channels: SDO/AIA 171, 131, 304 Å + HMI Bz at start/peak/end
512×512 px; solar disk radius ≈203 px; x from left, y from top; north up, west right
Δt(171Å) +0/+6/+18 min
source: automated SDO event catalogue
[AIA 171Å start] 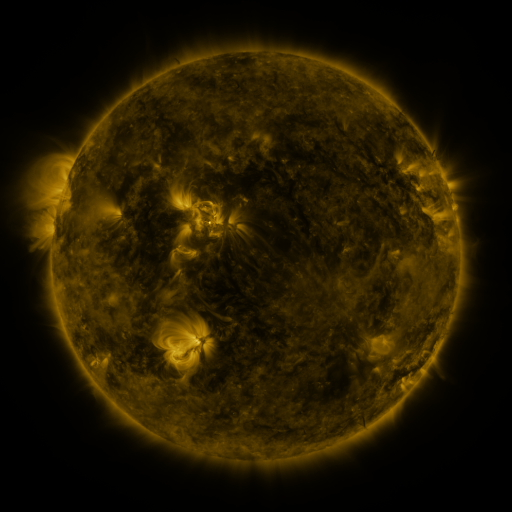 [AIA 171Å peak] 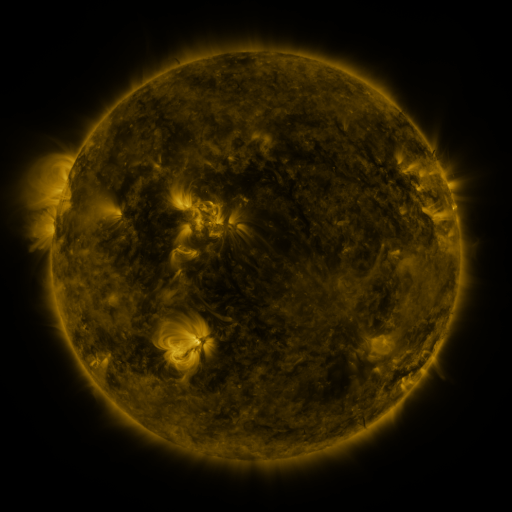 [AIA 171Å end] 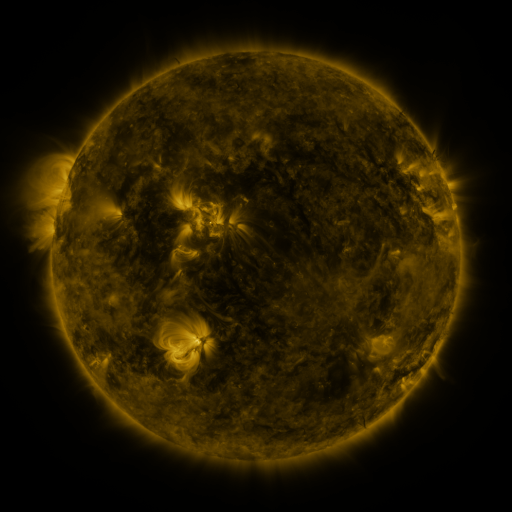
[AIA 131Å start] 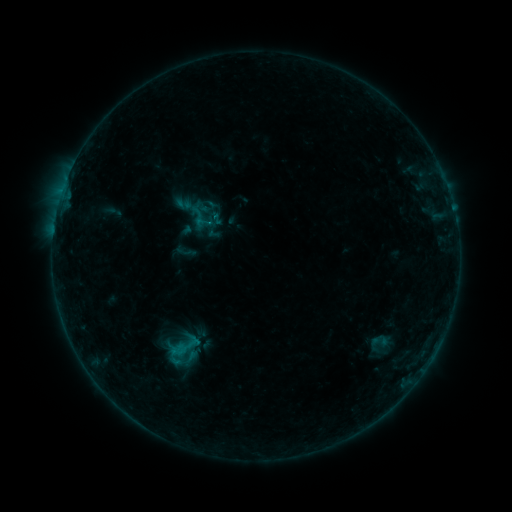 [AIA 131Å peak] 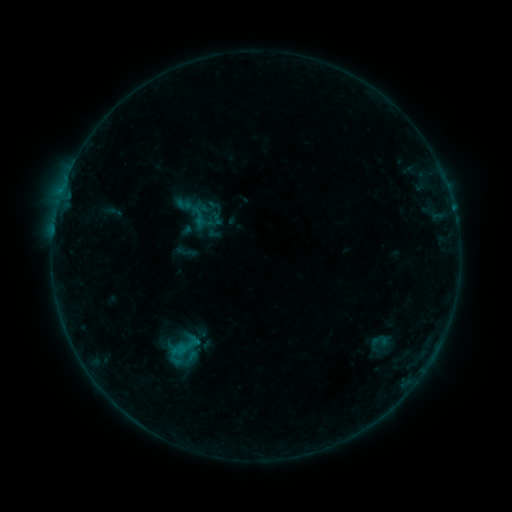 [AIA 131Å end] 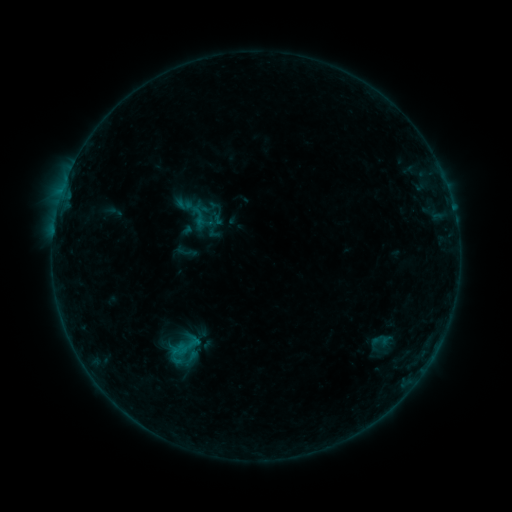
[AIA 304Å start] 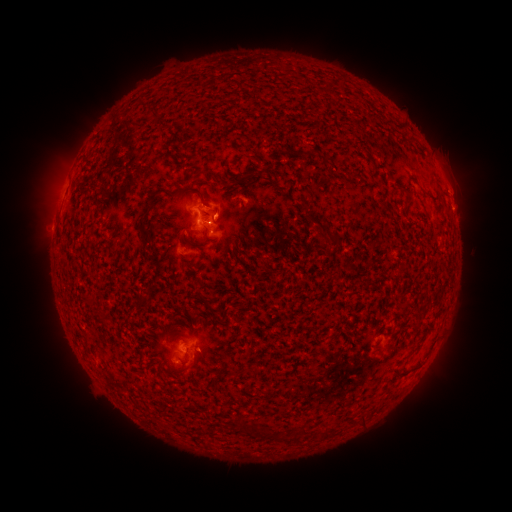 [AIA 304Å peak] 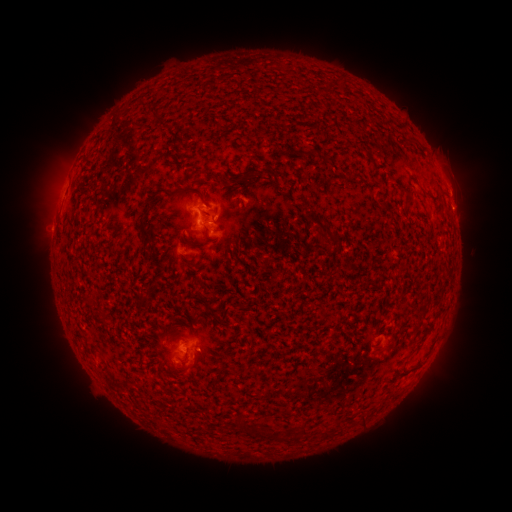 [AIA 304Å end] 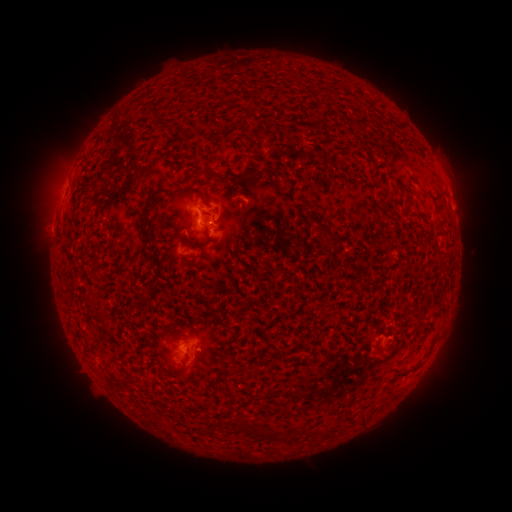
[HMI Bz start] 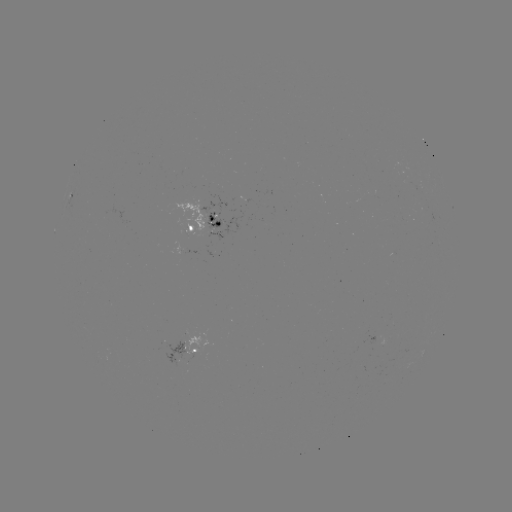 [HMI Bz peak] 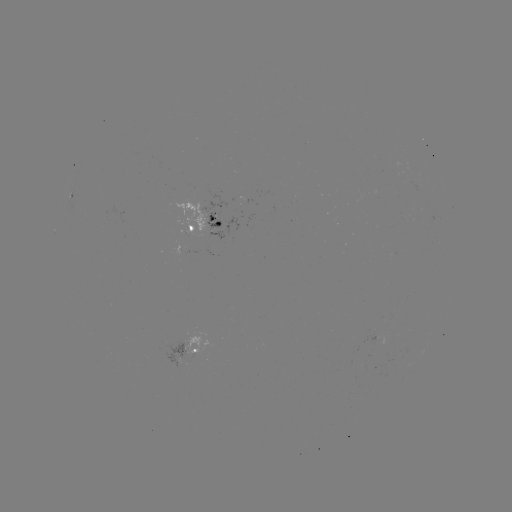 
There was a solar eruption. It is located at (458, 185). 